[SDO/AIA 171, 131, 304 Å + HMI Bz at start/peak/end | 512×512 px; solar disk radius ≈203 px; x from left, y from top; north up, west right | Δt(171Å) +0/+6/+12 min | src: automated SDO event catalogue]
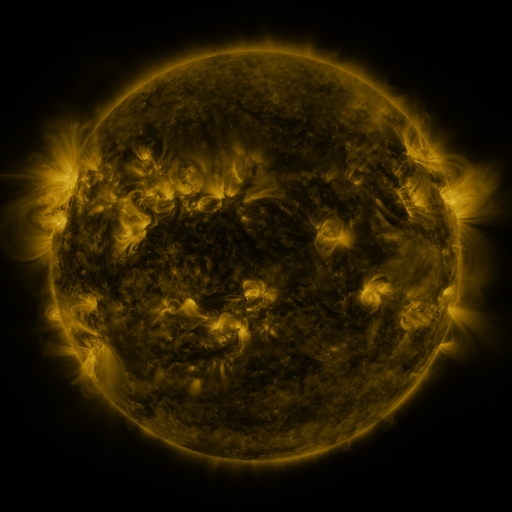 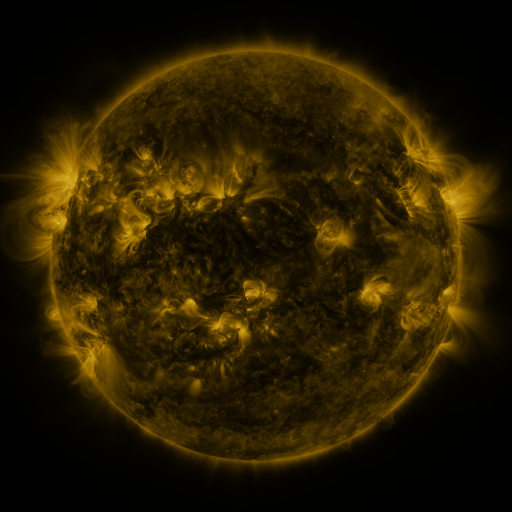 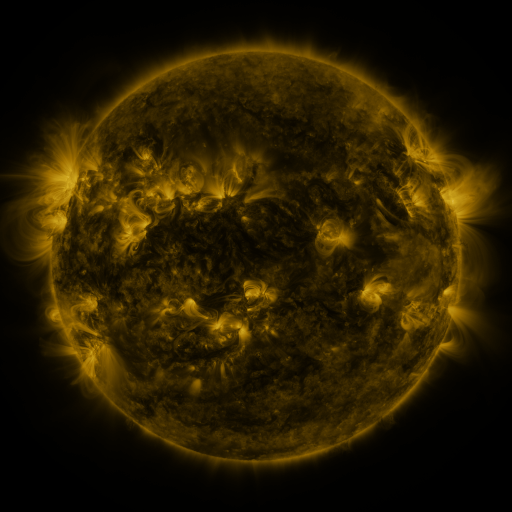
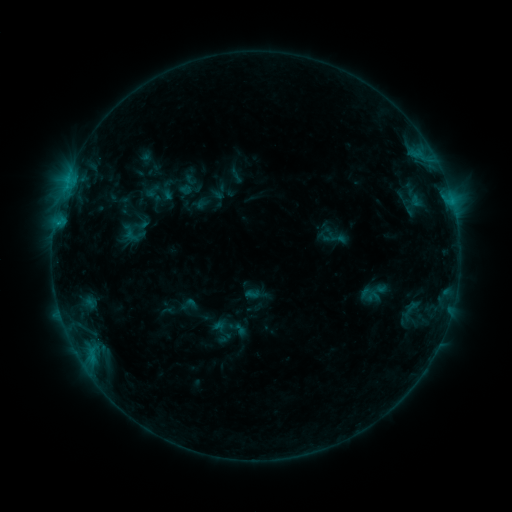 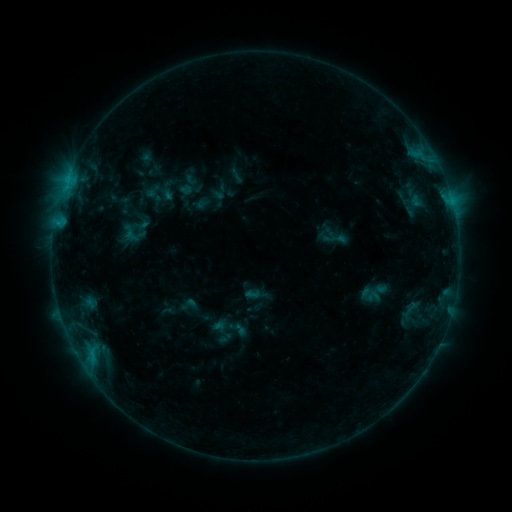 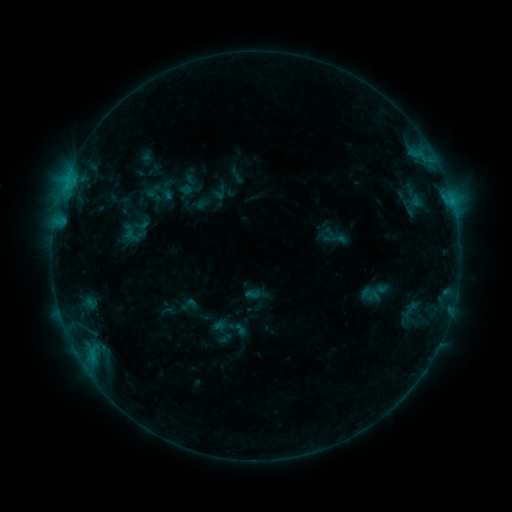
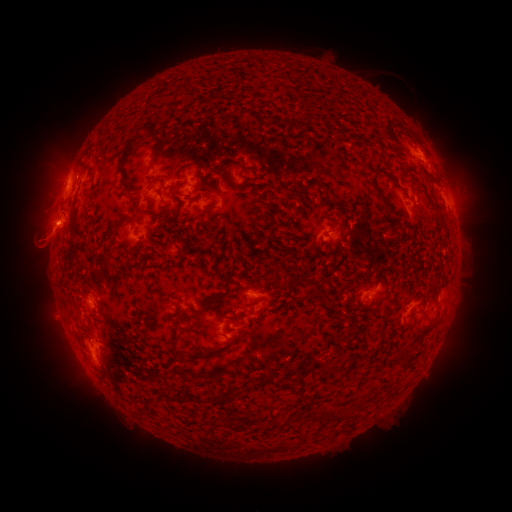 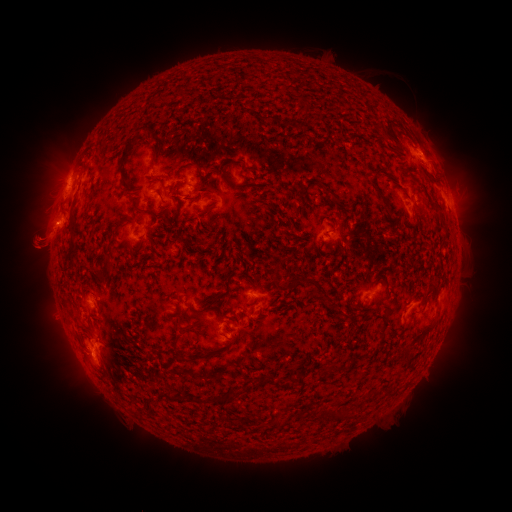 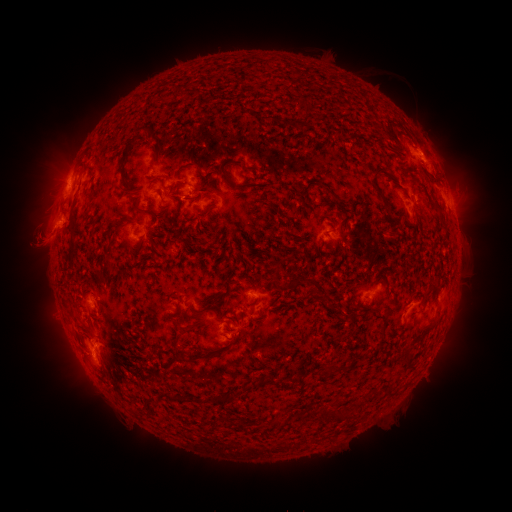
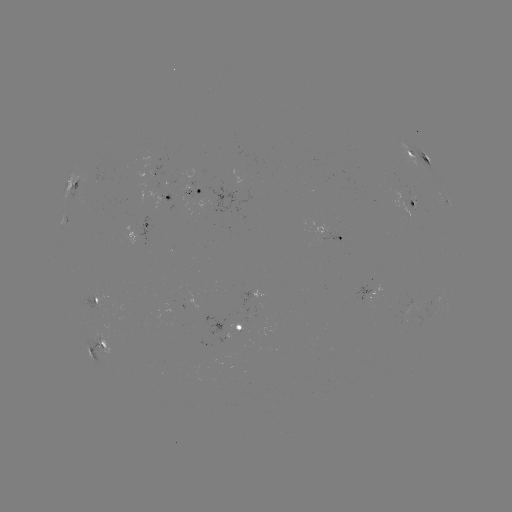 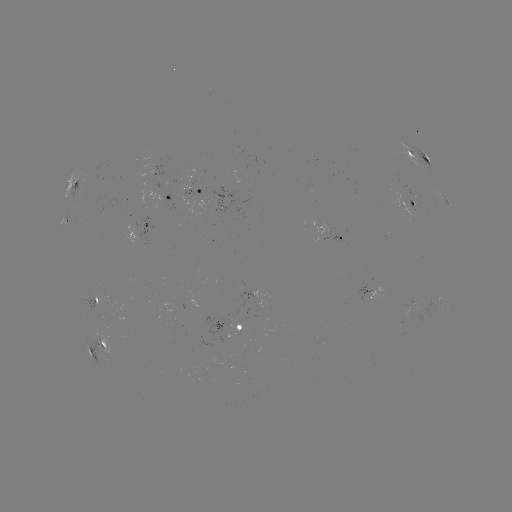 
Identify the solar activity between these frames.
eruption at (31, 244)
